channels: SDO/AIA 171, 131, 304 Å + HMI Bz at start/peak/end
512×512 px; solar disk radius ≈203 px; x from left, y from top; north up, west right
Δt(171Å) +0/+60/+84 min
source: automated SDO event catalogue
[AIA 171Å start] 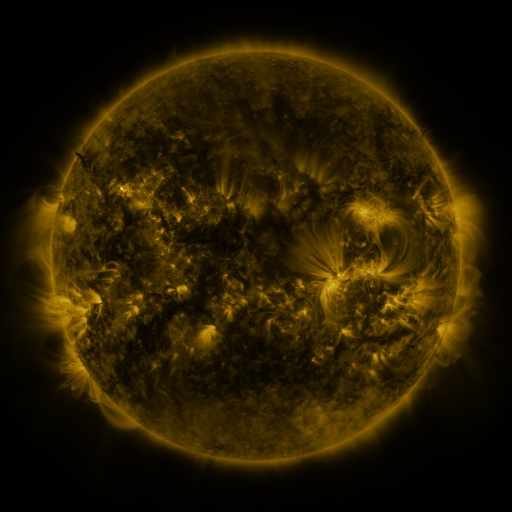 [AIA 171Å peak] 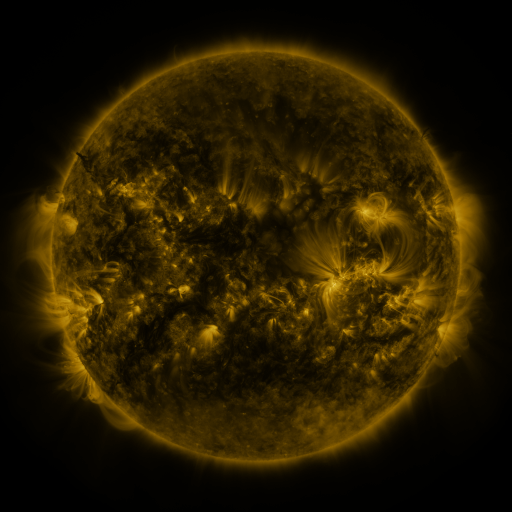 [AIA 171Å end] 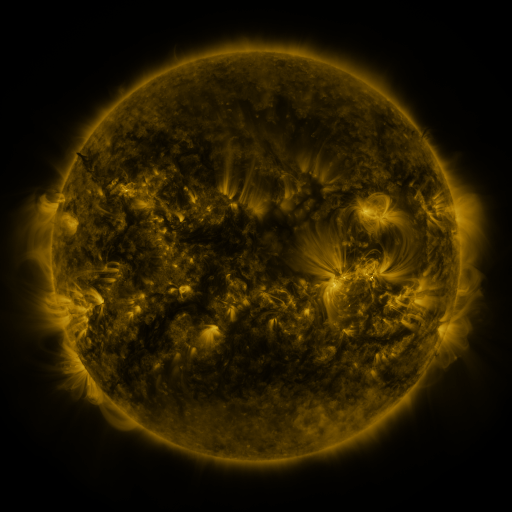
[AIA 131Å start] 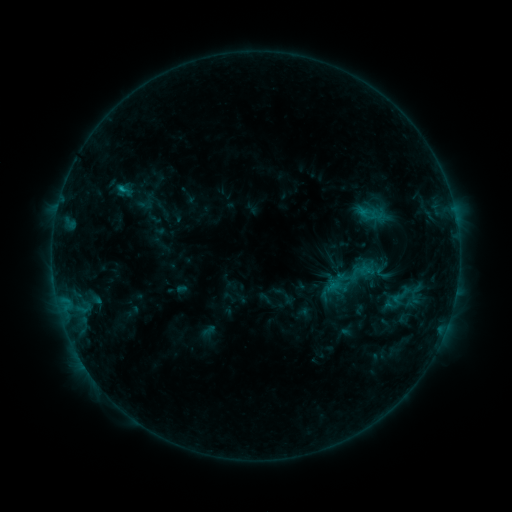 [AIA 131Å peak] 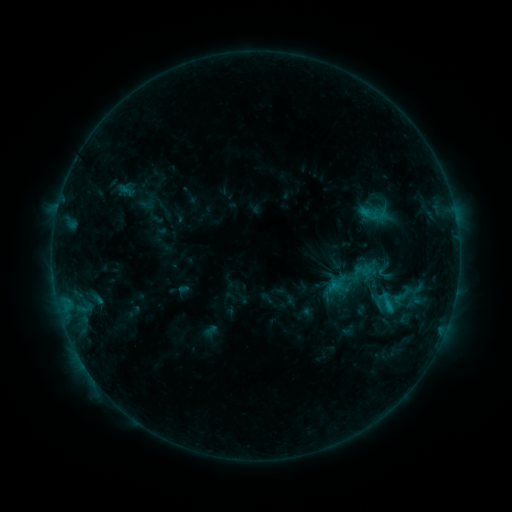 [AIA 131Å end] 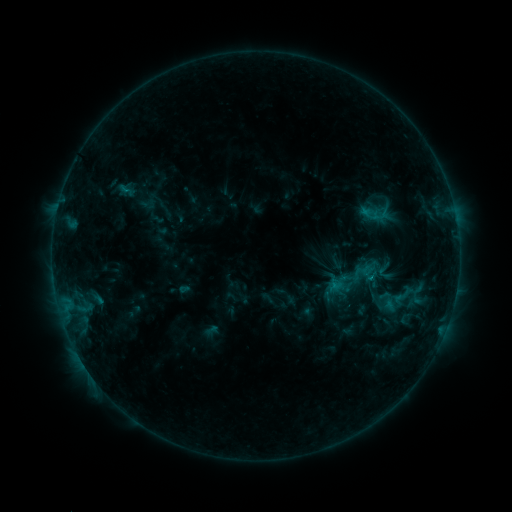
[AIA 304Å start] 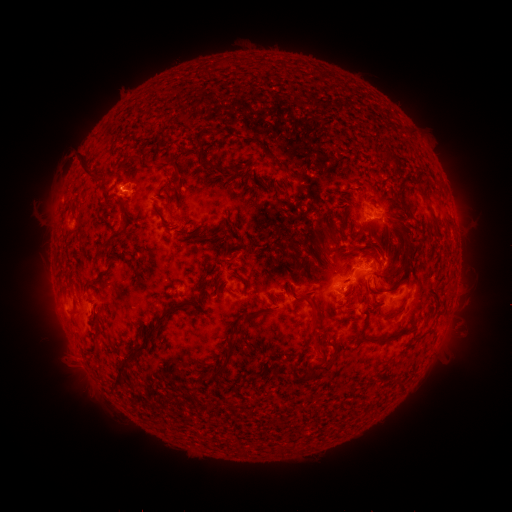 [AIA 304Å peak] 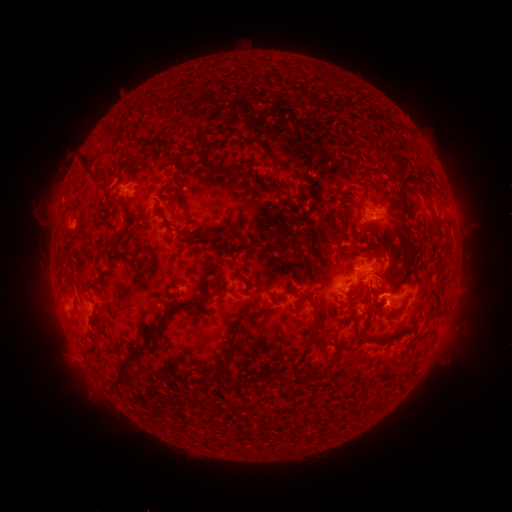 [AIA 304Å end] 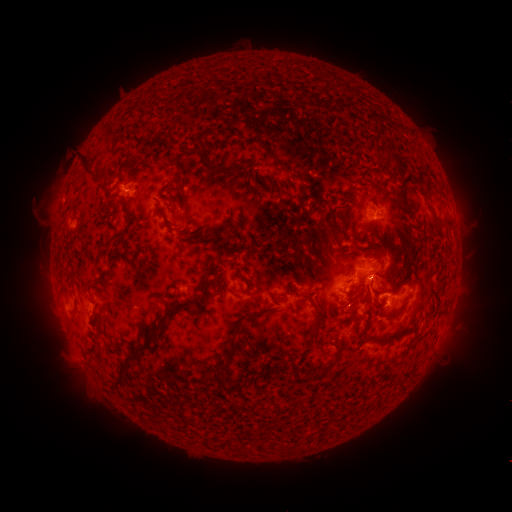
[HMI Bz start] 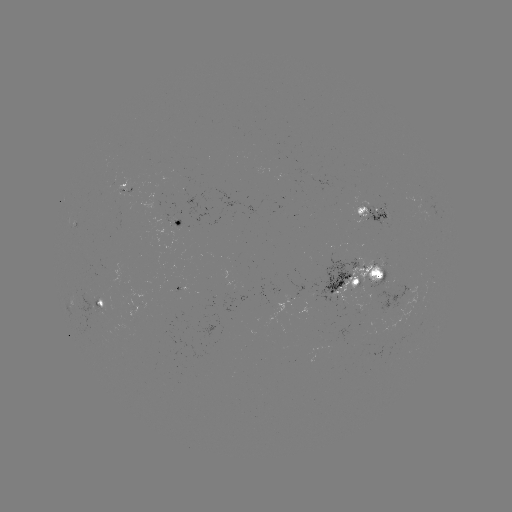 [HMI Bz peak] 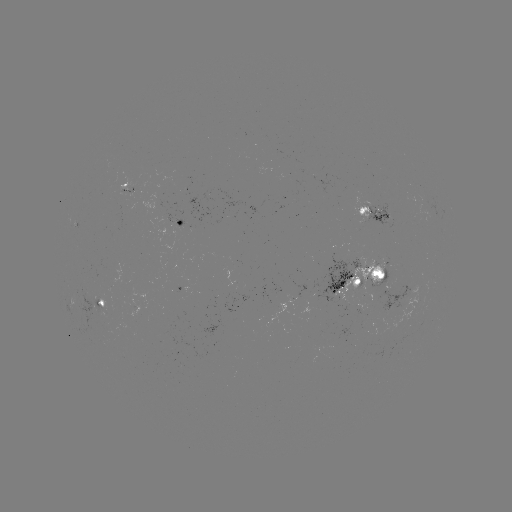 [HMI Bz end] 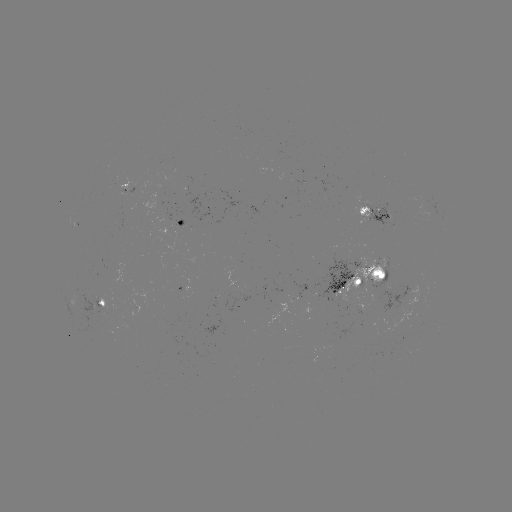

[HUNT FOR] emerging-flux region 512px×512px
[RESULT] (182, 368)